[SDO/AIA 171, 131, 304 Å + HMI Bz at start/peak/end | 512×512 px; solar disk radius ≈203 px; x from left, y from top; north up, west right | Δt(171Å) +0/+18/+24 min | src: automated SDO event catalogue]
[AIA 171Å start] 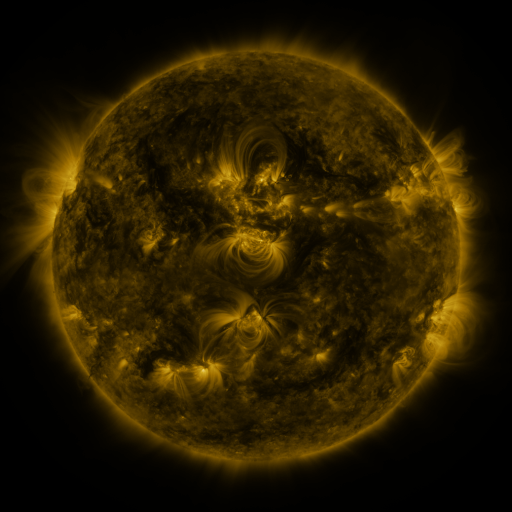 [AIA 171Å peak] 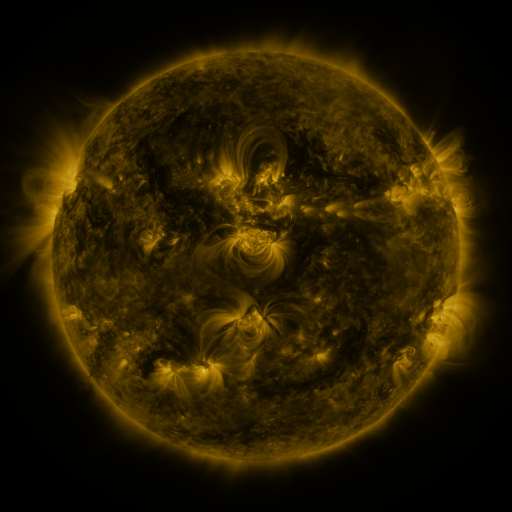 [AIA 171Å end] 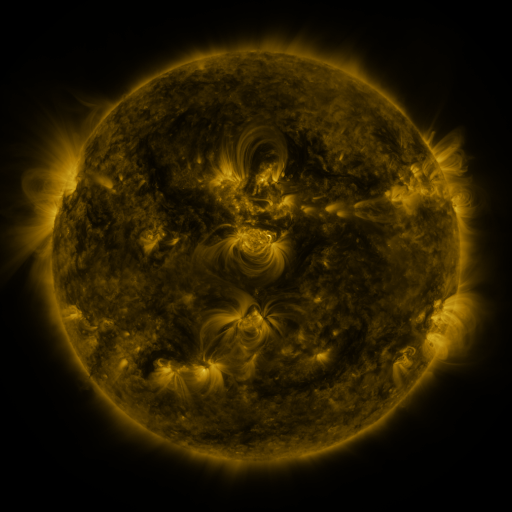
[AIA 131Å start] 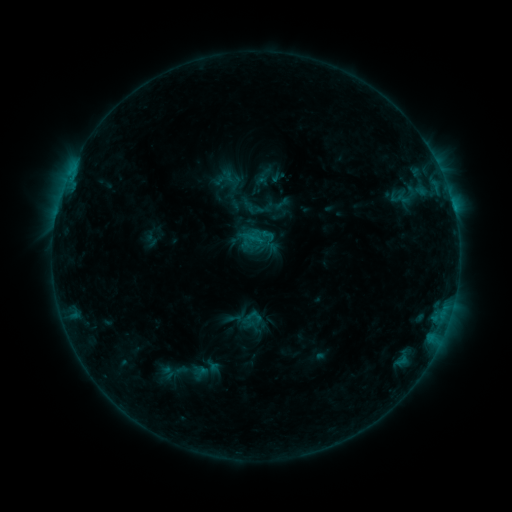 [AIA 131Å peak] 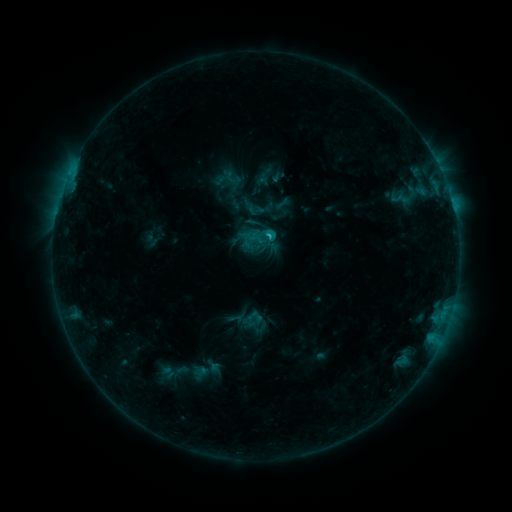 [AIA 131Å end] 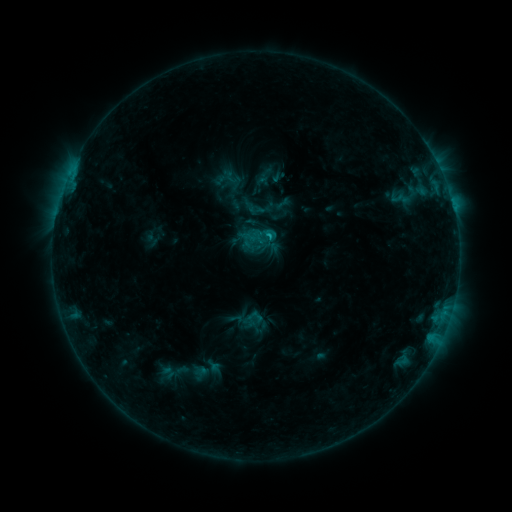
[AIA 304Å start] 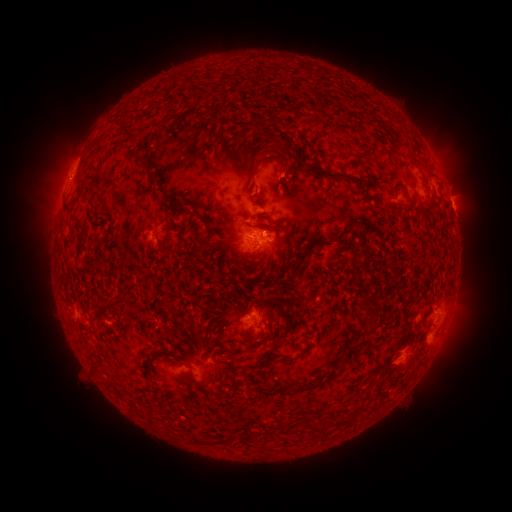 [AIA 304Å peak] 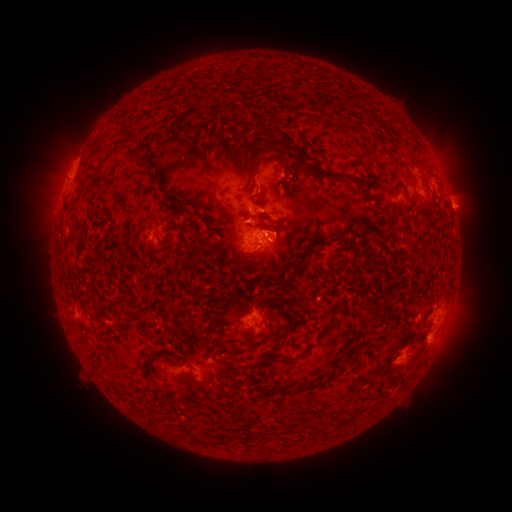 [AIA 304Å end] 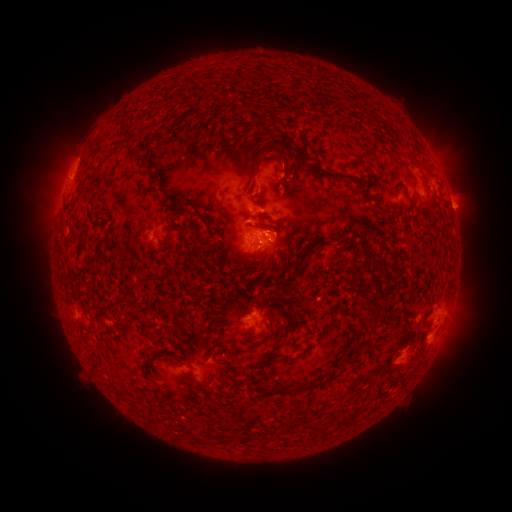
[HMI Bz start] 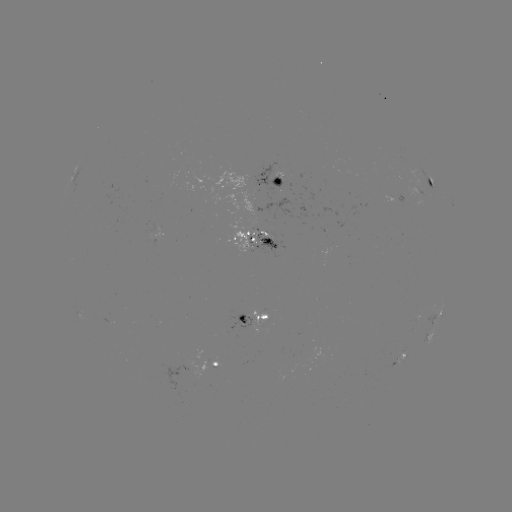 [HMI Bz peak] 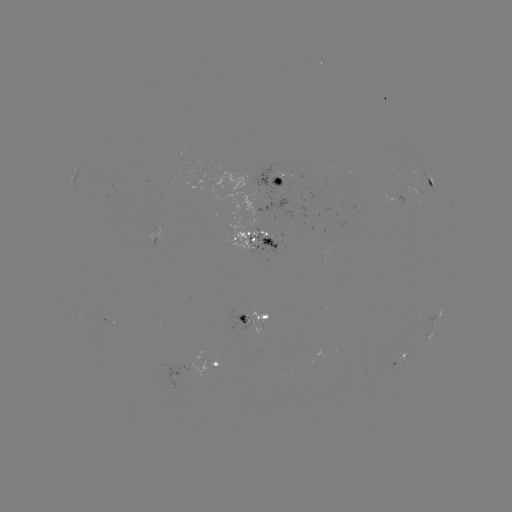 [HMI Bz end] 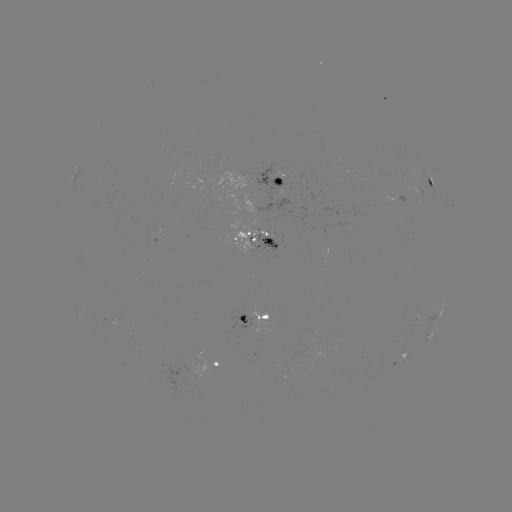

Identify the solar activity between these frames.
C1.3 flare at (266, 237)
